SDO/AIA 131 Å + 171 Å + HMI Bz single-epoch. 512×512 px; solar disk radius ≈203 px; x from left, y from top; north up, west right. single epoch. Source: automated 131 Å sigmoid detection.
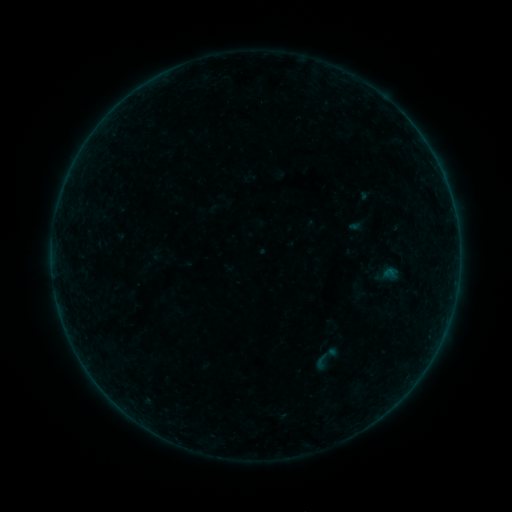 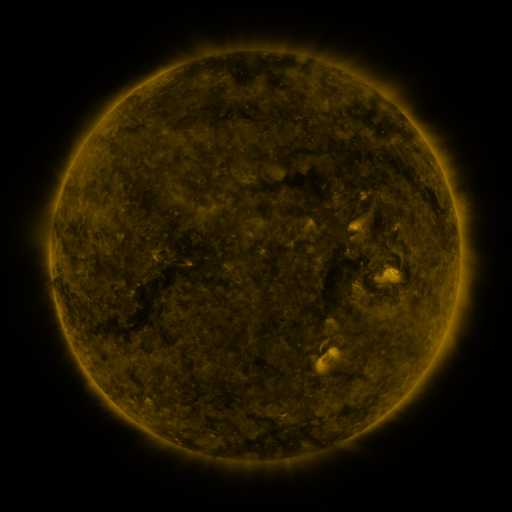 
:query sigmoid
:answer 321,361